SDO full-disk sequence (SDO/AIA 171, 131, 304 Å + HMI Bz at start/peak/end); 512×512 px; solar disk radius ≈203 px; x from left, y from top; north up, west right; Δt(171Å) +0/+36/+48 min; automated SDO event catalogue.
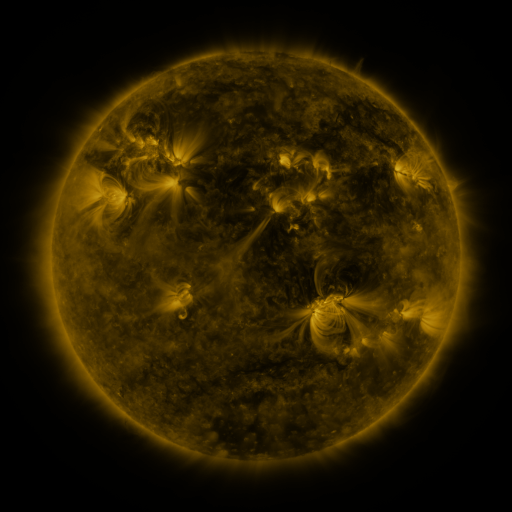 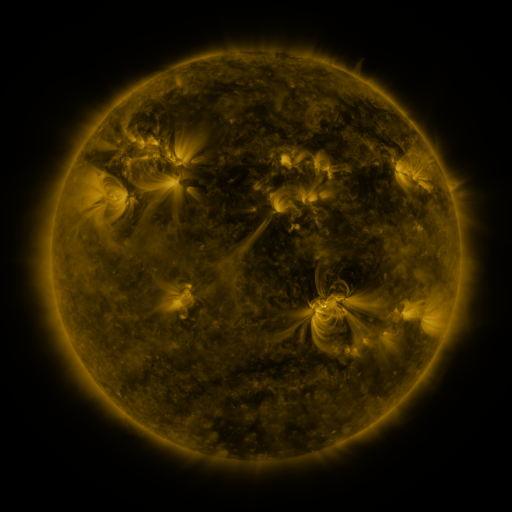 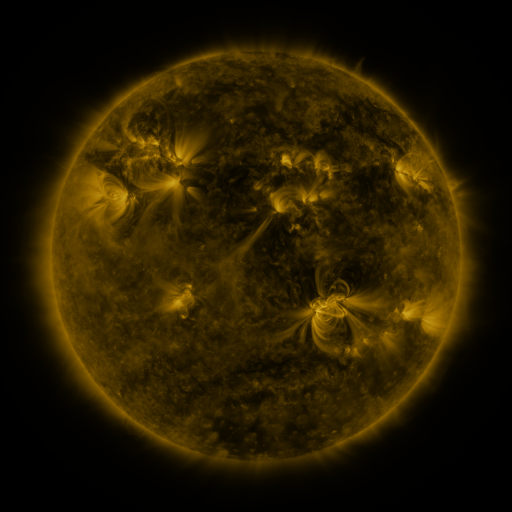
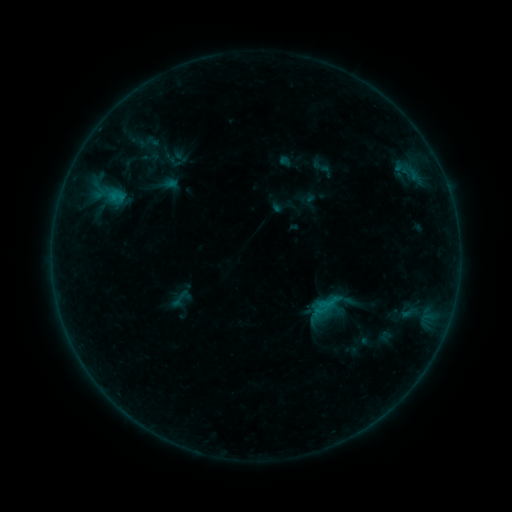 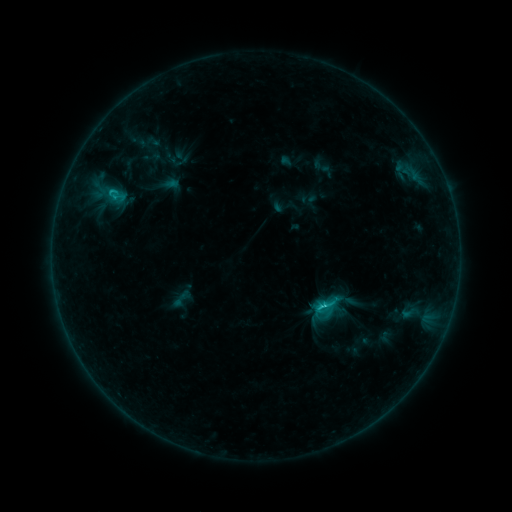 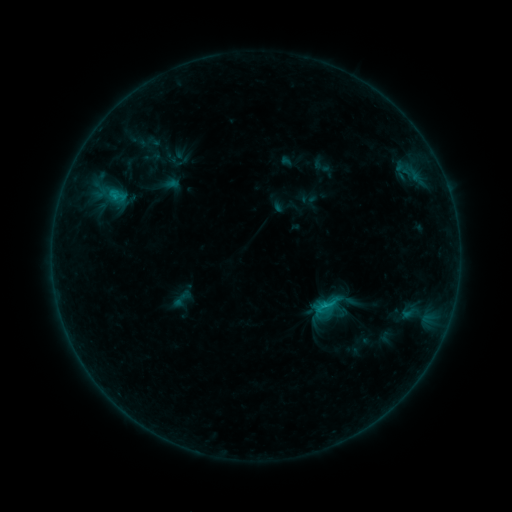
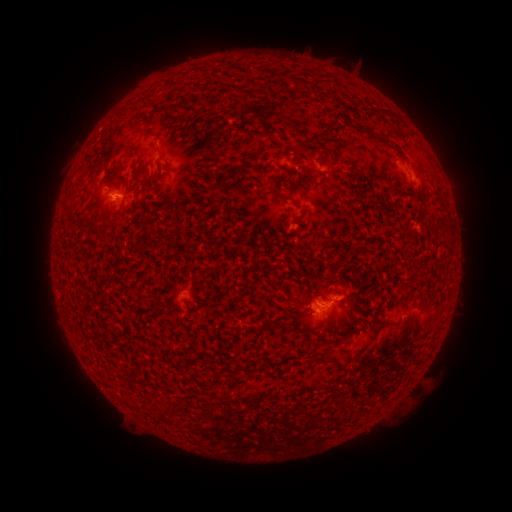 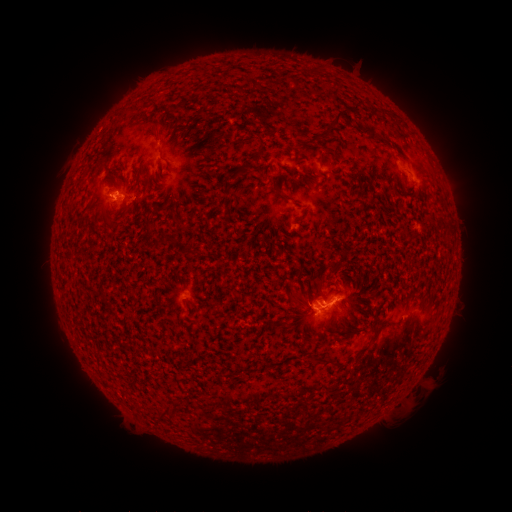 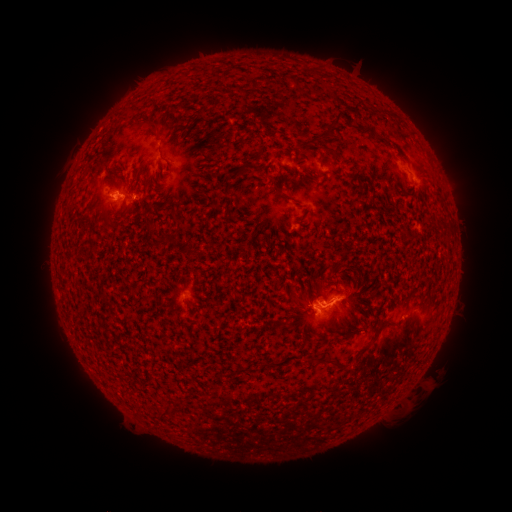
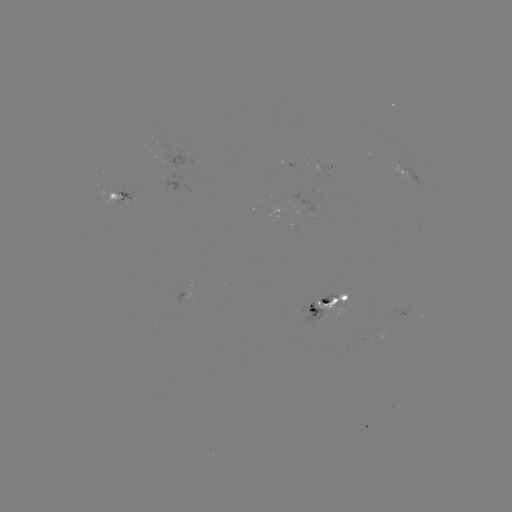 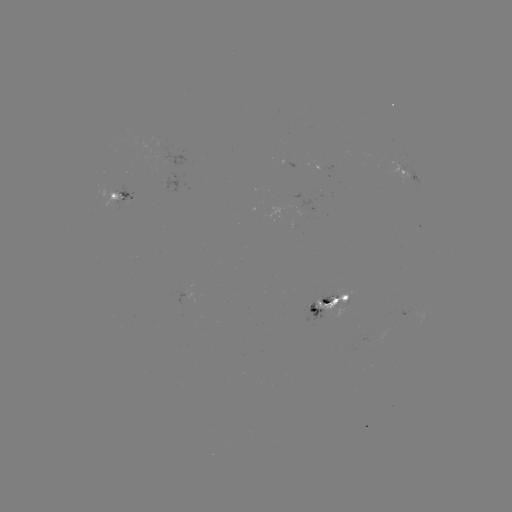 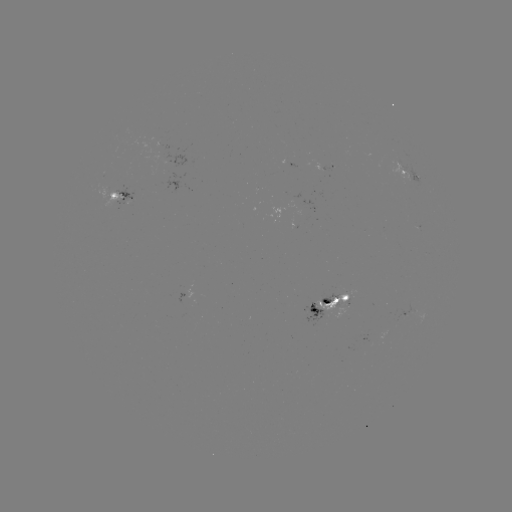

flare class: C1.7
